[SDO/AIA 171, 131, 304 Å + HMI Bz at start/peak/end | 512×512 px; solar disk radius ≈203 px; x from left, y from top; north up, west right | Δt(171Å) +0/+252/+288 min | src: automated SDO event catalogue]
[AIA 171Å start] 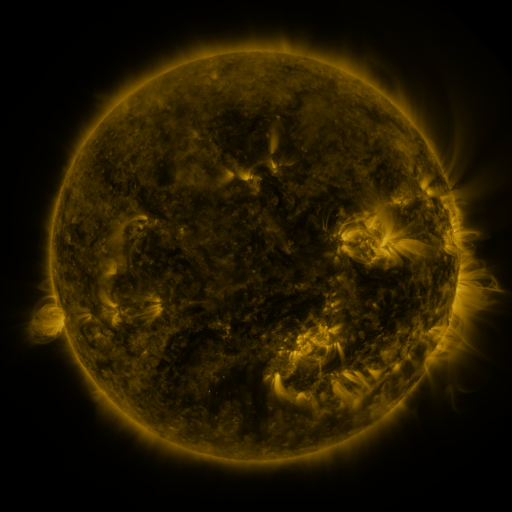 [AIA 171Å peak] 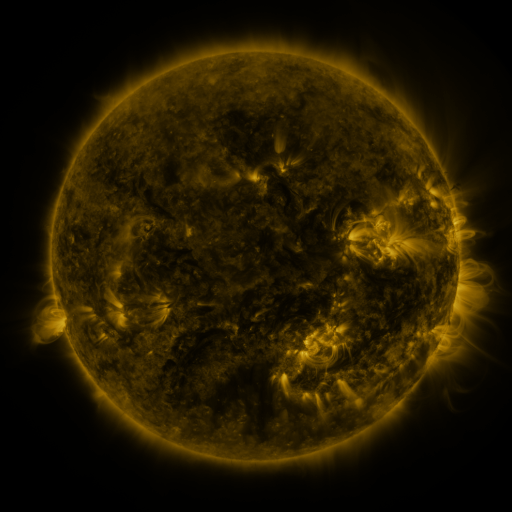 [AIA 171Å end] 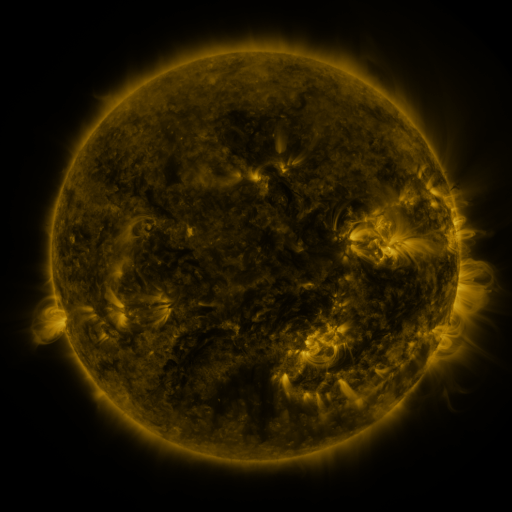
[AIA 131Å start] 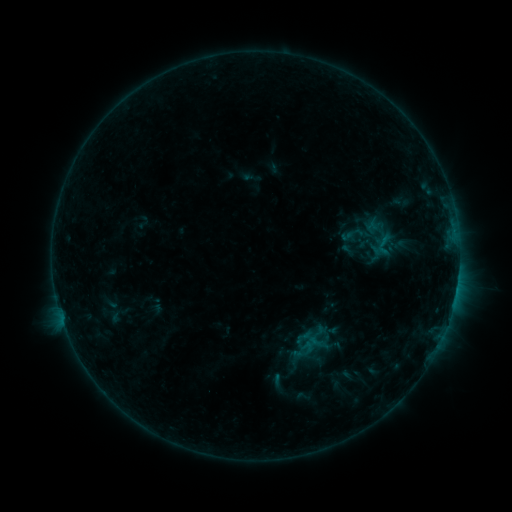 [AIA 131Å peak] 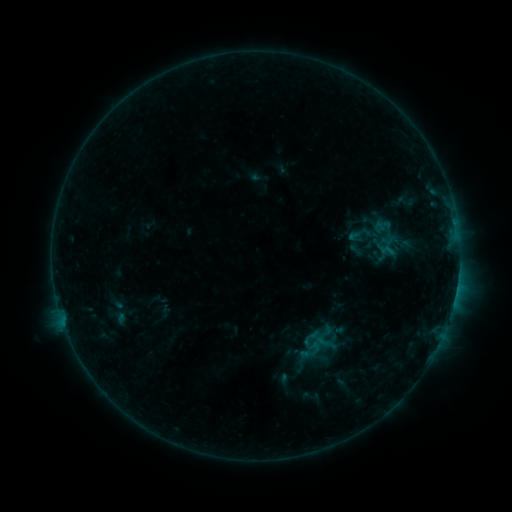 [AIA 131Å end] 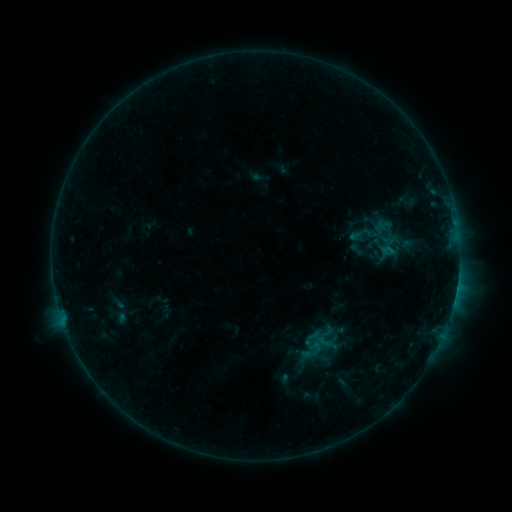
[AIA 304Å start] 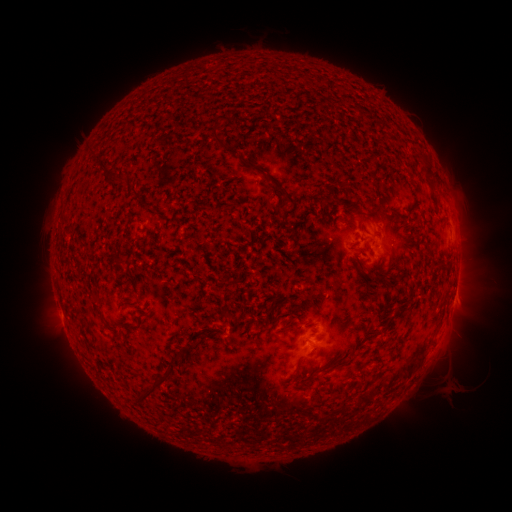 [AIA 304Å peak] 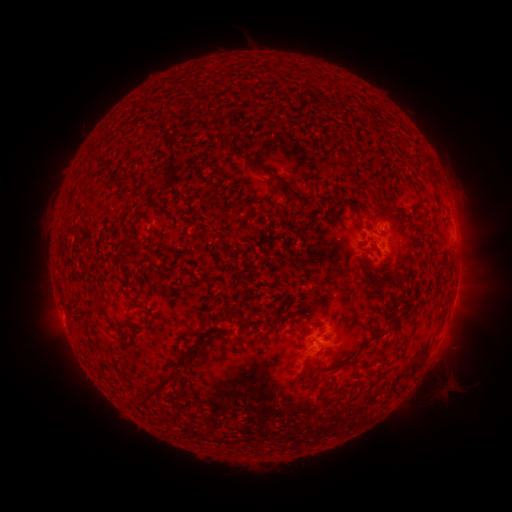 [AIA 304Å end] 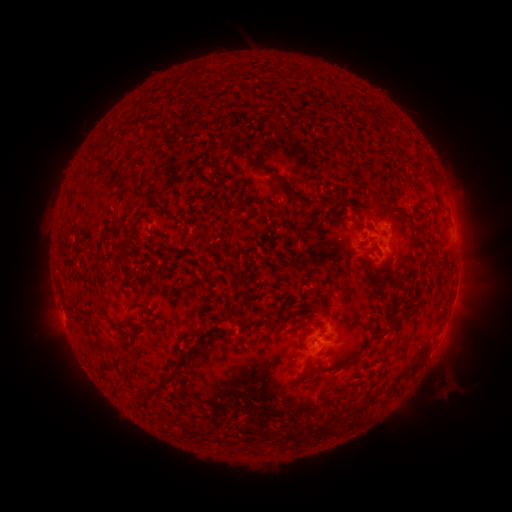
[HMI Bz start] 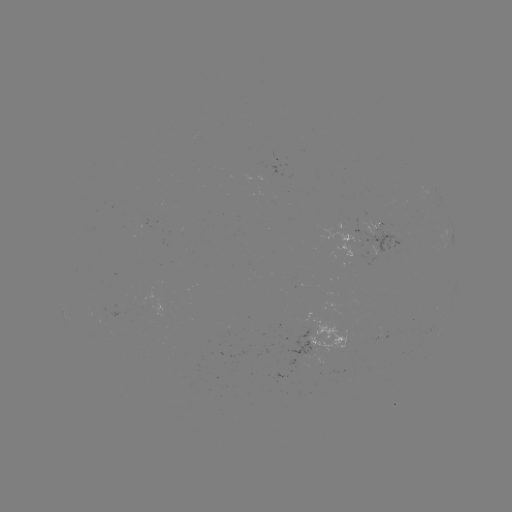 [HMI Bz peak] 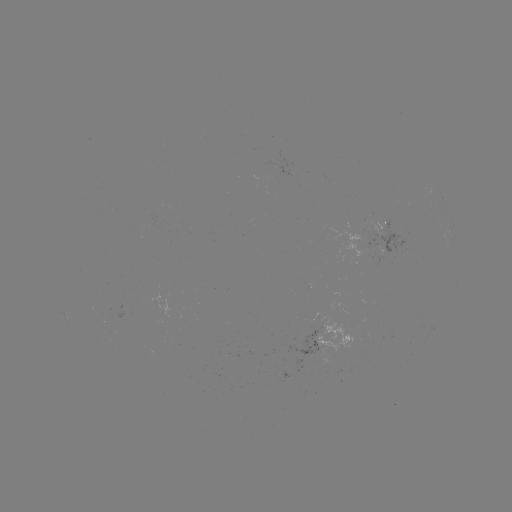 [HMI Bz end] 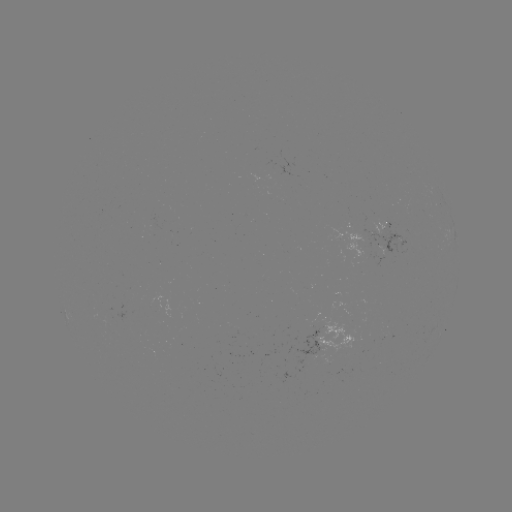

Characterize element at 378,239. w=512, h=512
emerging-flux region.